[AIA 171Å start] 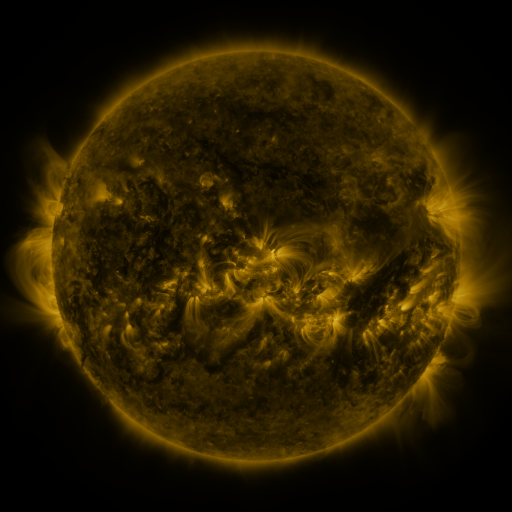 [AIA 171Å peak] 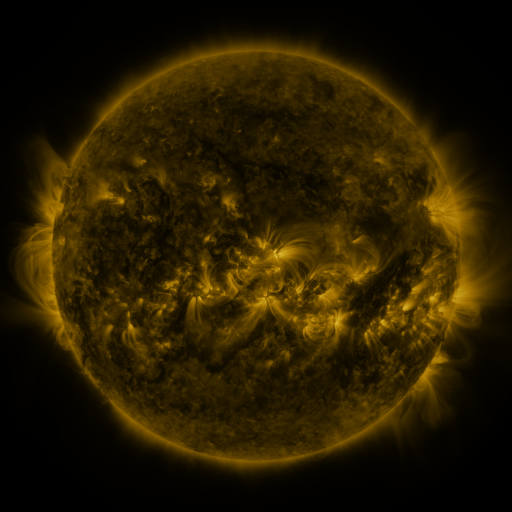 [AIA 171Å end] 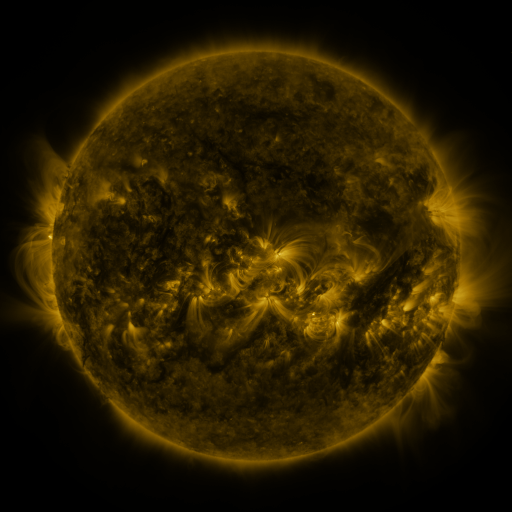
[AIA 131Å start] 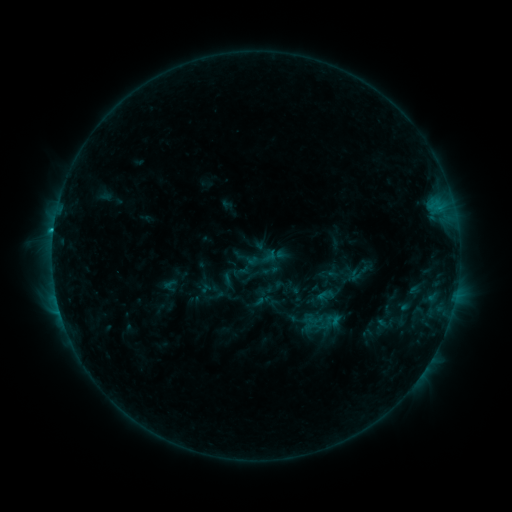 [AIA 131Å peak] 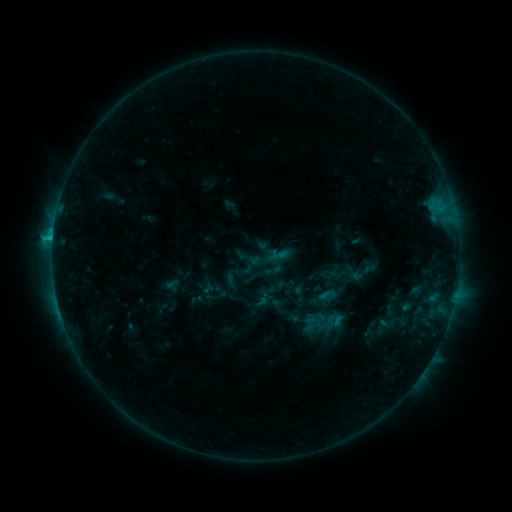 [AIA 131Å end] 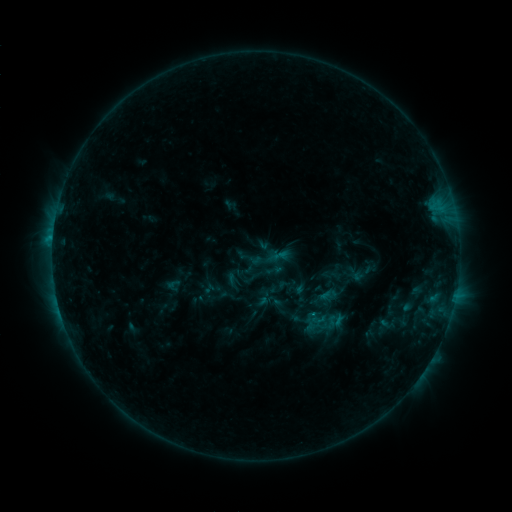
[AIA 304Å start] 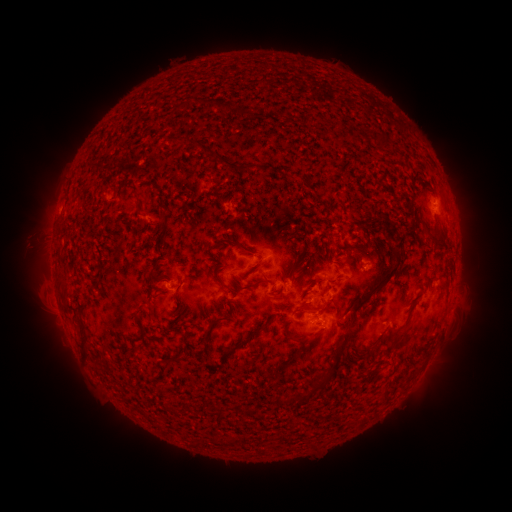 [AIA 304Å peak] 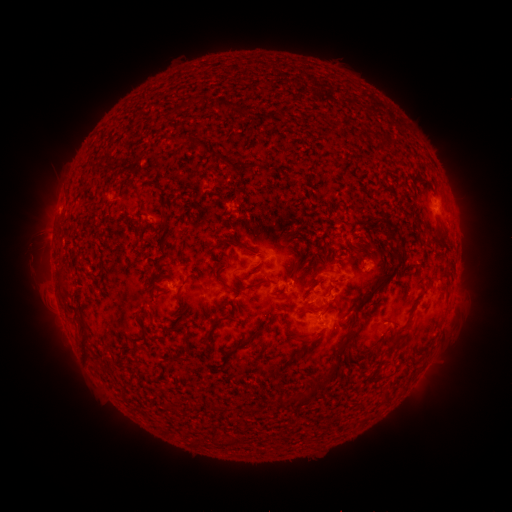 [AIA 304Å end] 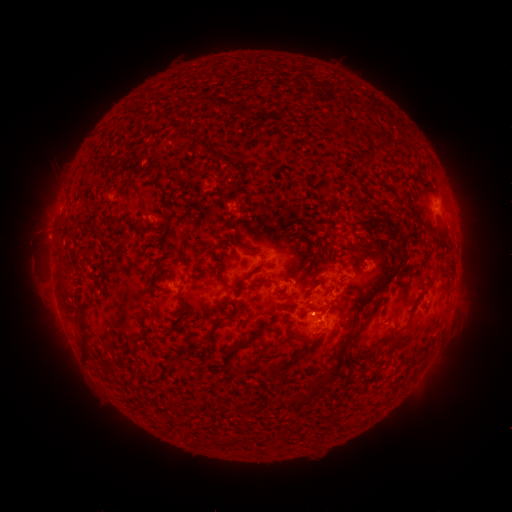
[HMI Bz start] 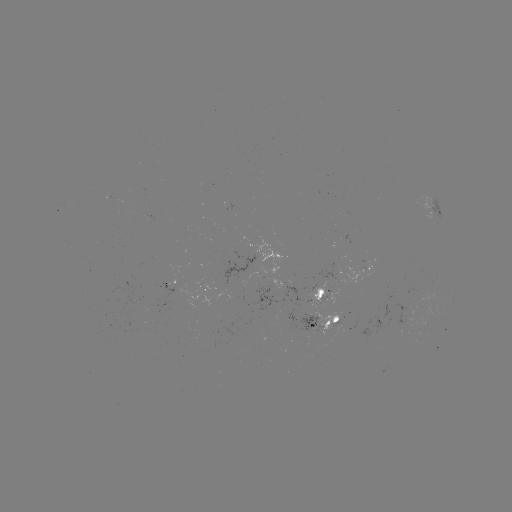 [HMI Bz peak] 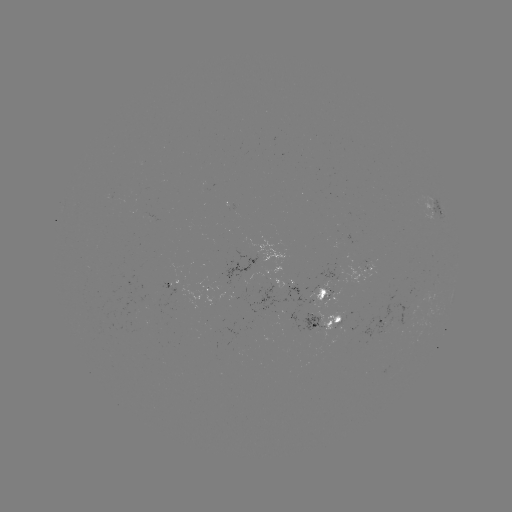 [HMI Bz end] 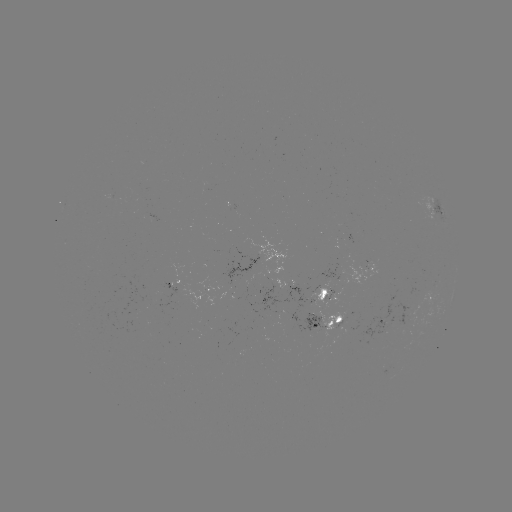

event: emerging-flux region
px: (243, 276)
